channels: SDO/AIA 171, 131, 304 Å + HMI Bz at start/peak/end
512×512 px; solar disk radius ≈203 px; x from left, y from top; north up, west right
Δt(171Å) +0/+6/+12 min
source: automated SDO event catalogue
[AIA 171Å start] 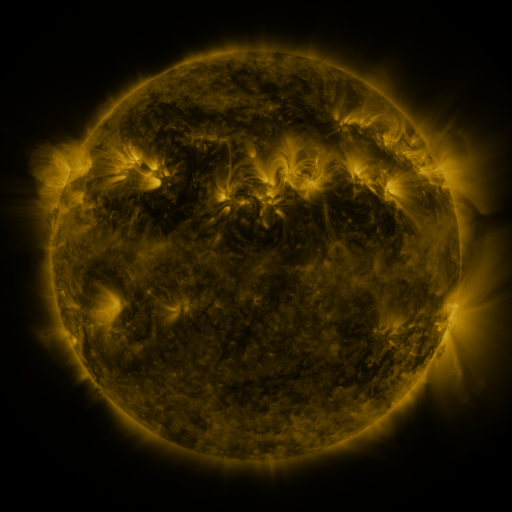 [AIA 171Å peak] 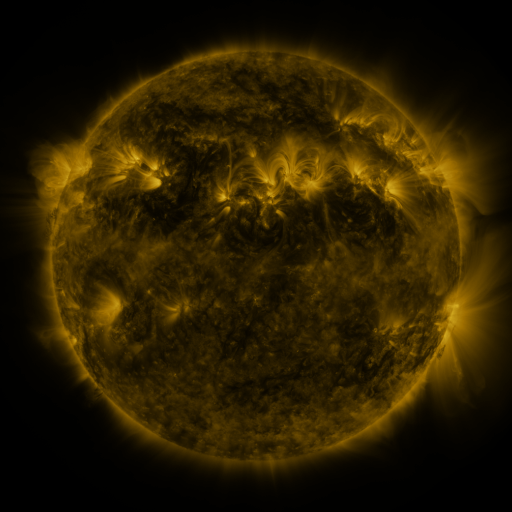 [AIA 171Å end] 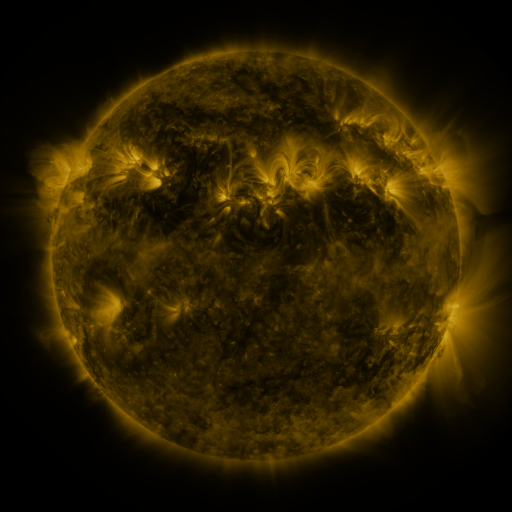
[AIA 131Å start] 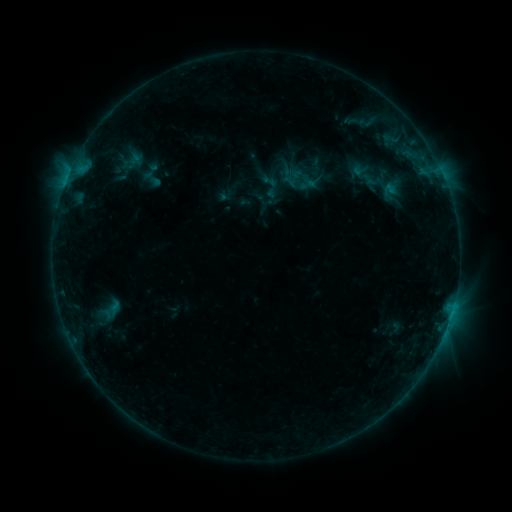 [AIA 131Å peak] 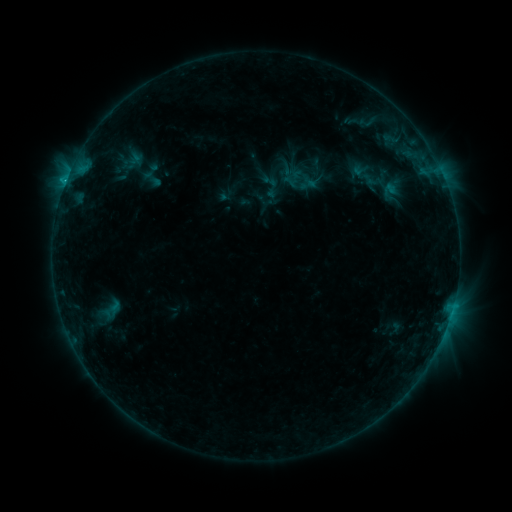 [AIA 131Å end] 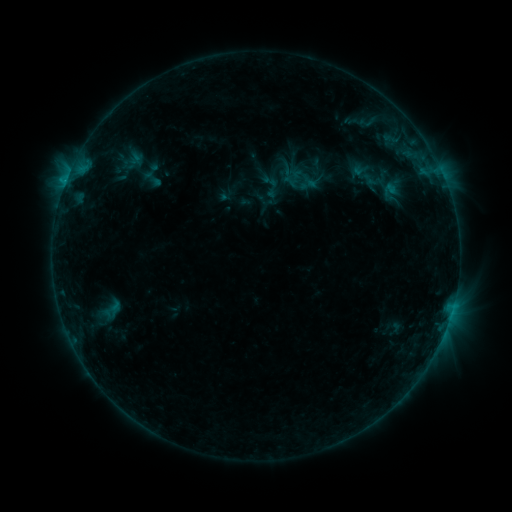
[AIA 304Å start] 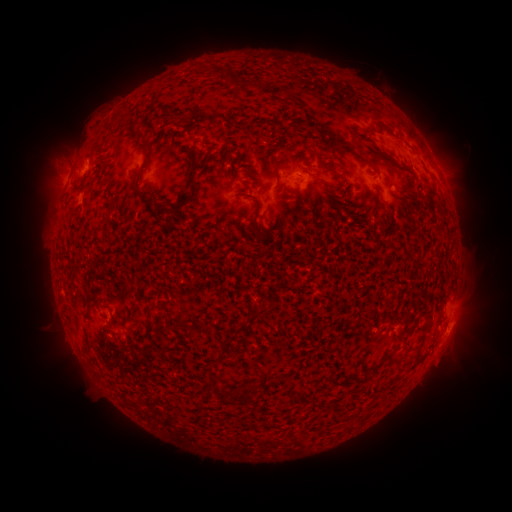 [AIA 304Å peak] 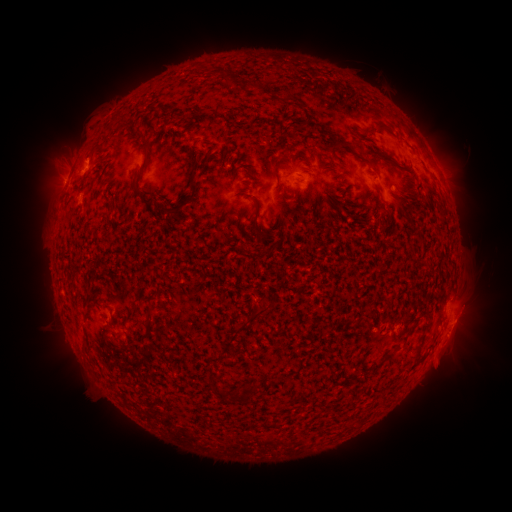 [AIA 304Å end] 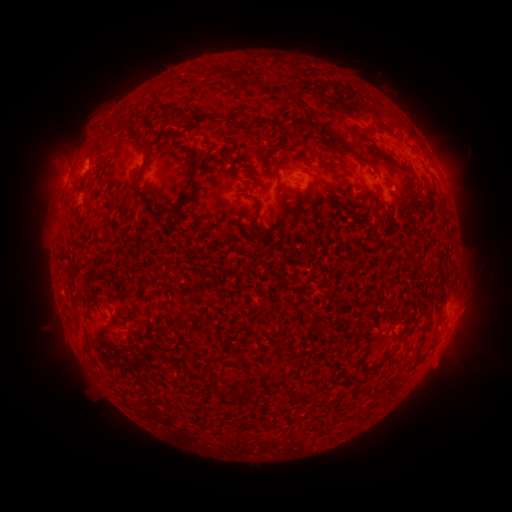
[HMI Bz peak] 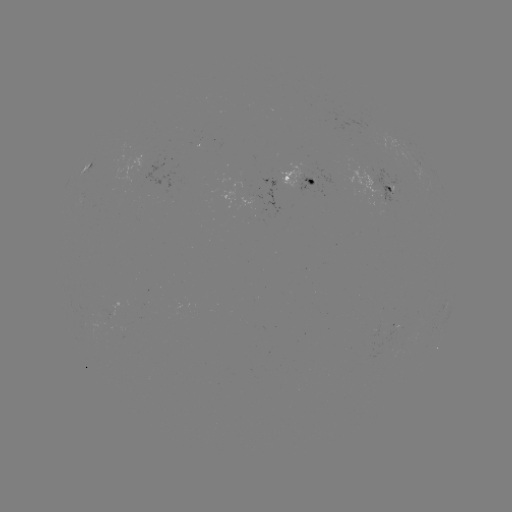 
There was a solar flare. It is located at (65, 185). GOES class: B5.2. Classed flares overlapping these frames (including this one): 1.